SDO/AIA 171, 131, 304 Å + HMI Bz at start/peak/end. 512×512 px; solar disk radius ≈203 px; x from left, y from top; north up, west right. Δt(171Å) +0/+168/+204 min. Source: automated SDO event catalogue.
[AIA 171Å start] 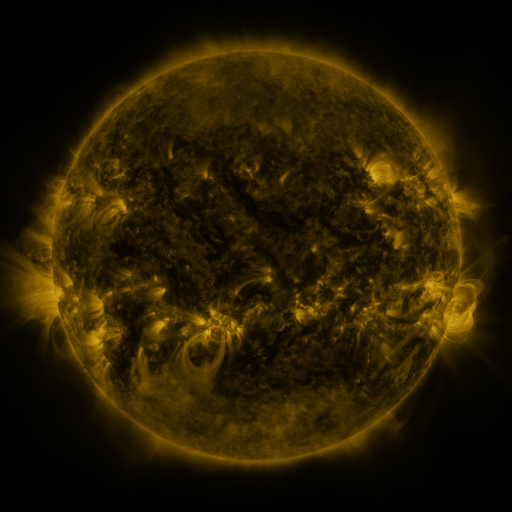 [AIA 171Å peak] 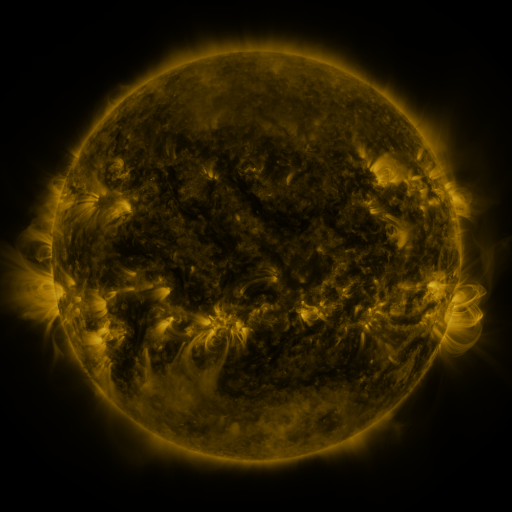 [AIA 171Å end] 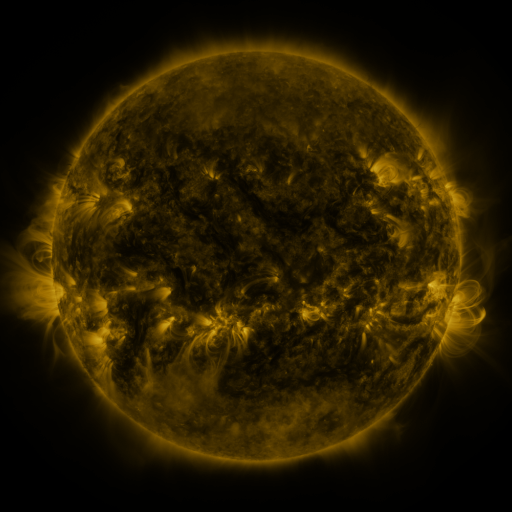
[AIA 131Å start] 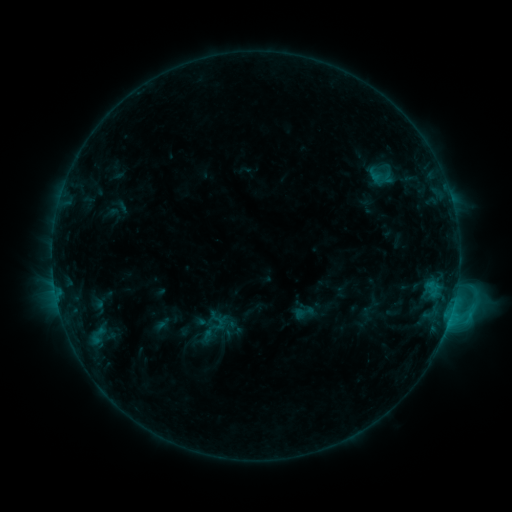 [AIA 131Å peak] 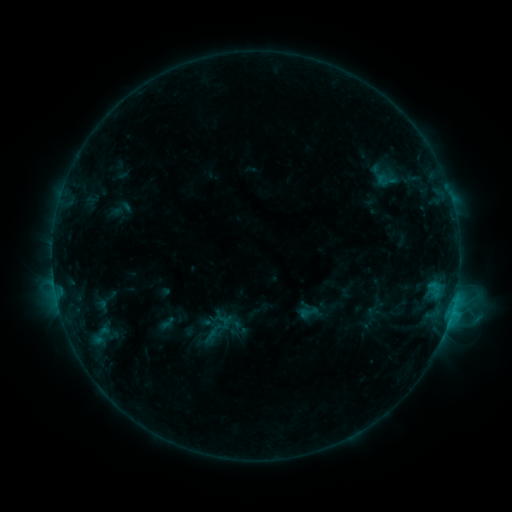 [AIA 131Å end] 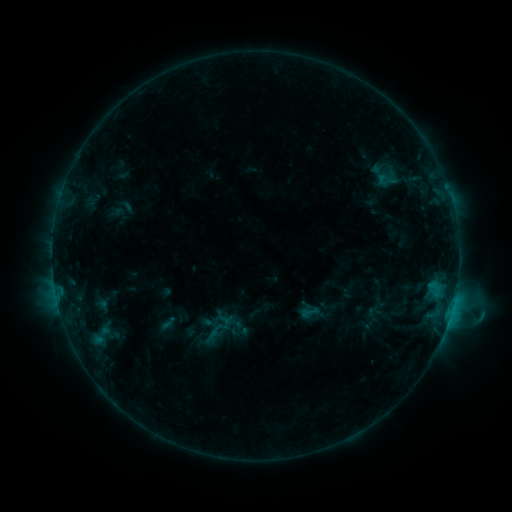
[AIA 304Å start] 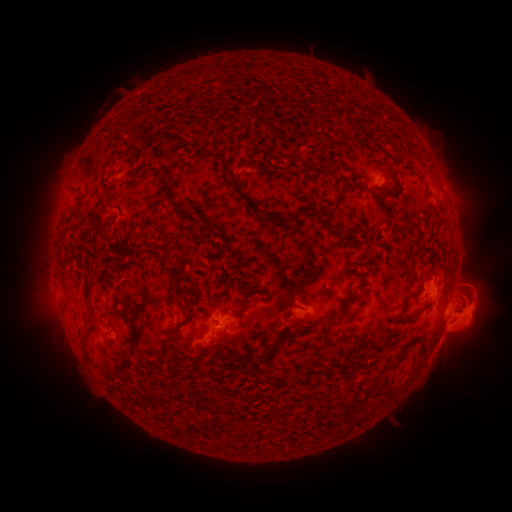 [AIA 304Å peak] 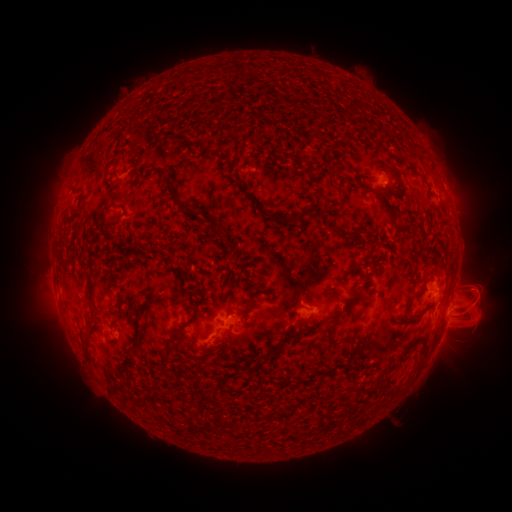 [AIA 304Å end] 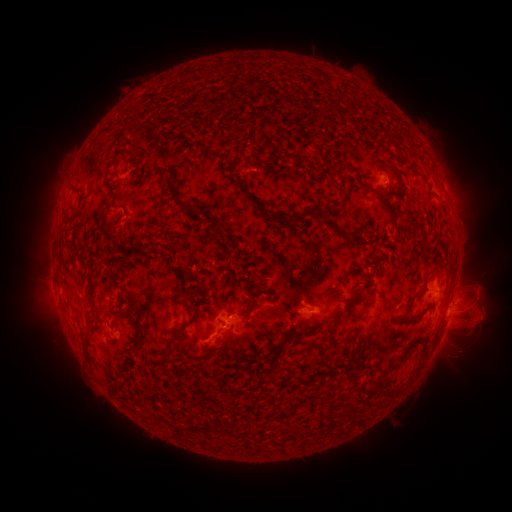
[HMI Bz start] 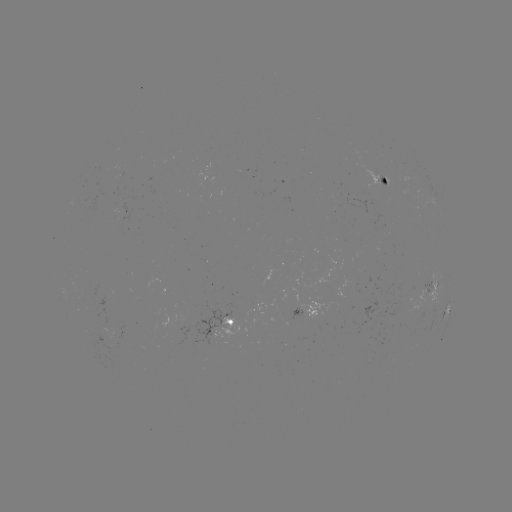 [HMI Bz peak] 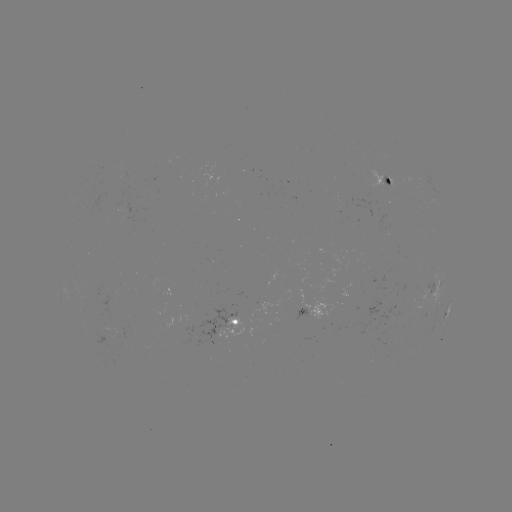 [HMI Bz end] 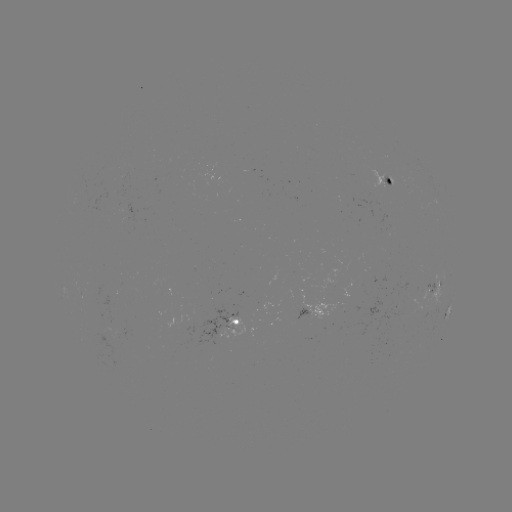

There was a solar emerging-flux region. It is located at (106, 335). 